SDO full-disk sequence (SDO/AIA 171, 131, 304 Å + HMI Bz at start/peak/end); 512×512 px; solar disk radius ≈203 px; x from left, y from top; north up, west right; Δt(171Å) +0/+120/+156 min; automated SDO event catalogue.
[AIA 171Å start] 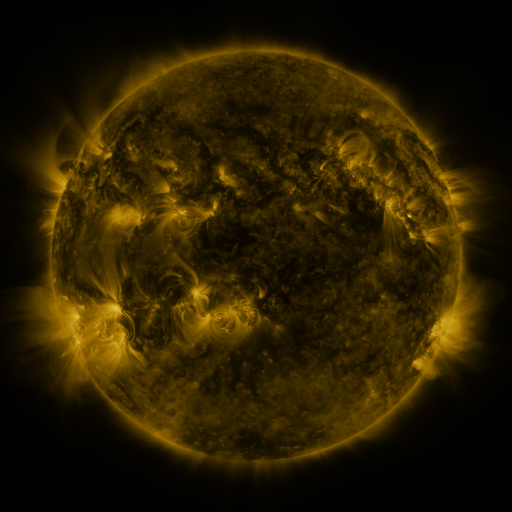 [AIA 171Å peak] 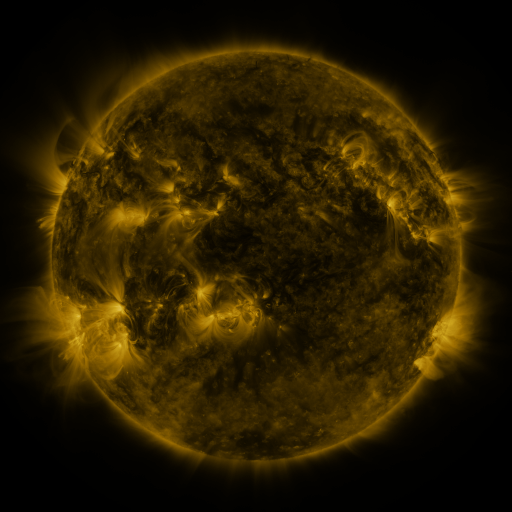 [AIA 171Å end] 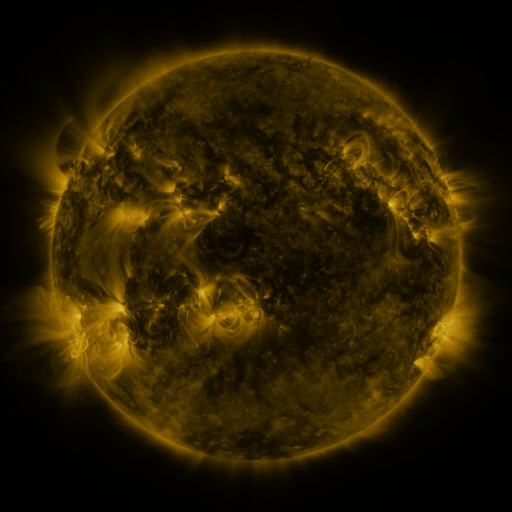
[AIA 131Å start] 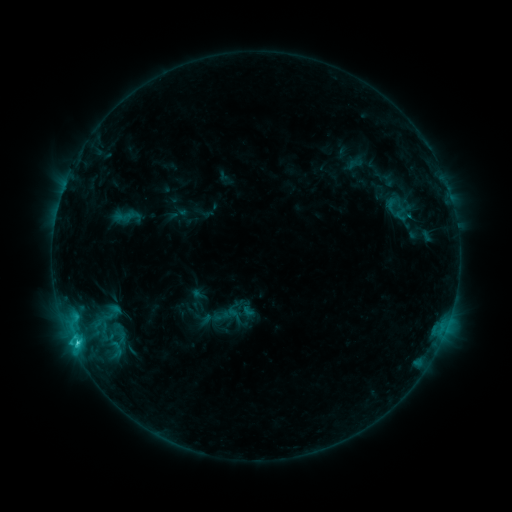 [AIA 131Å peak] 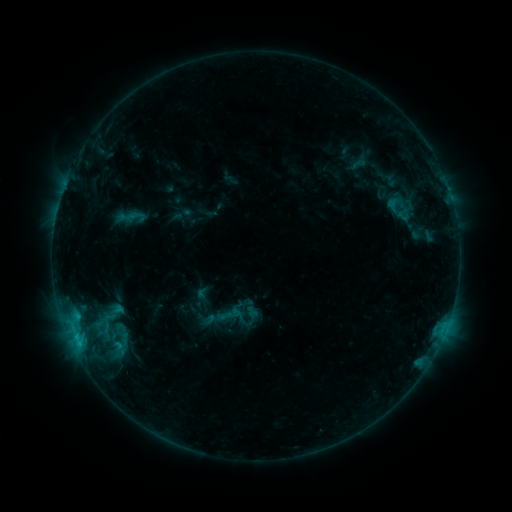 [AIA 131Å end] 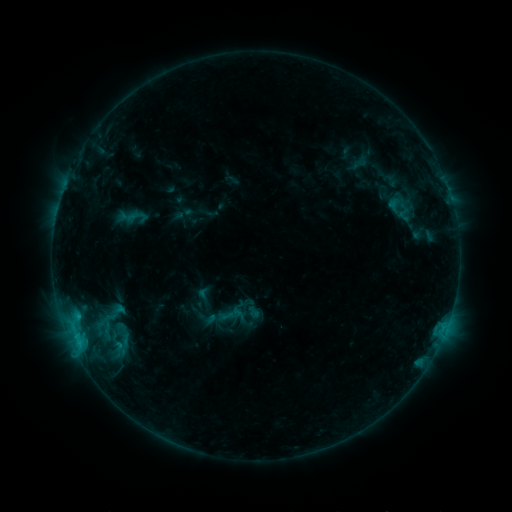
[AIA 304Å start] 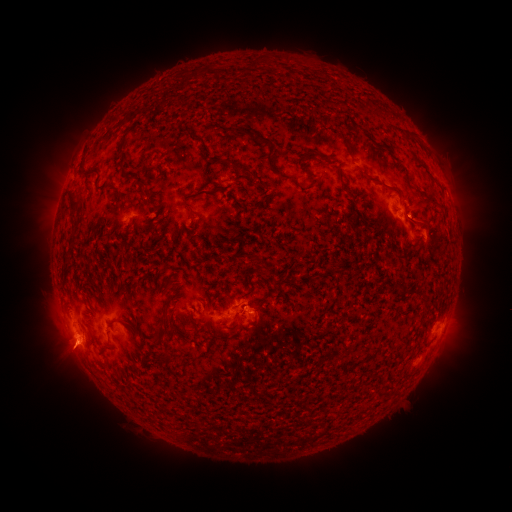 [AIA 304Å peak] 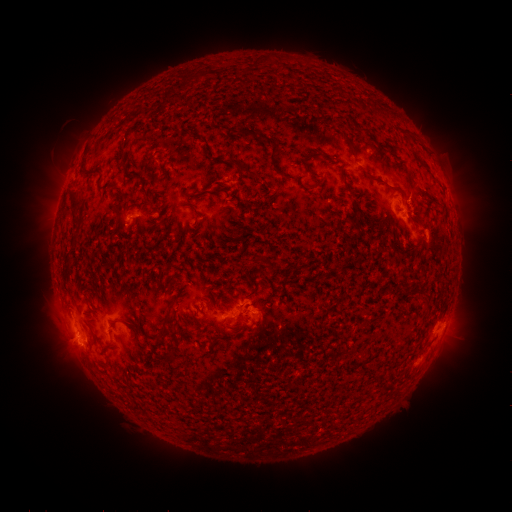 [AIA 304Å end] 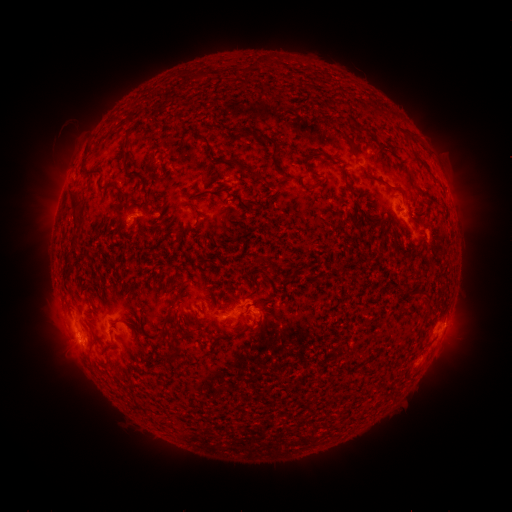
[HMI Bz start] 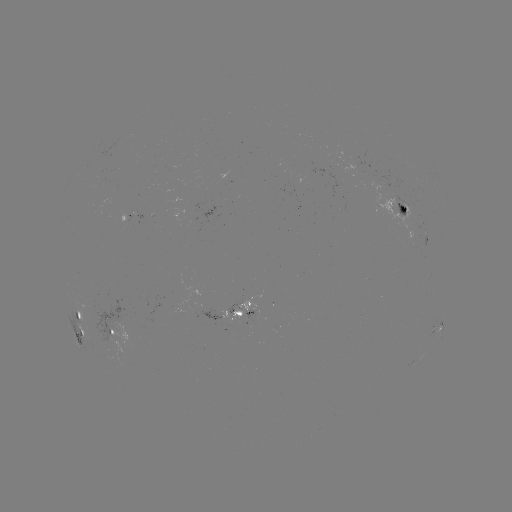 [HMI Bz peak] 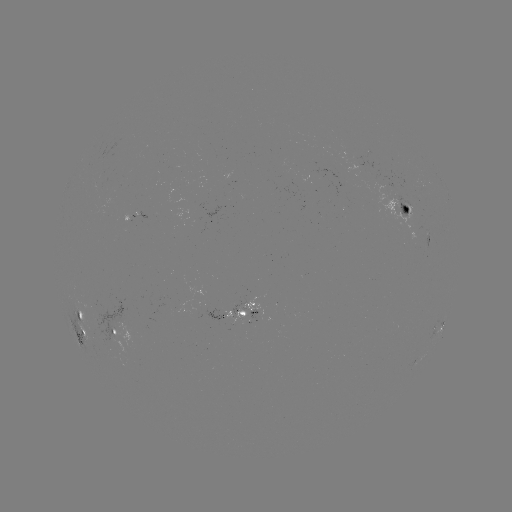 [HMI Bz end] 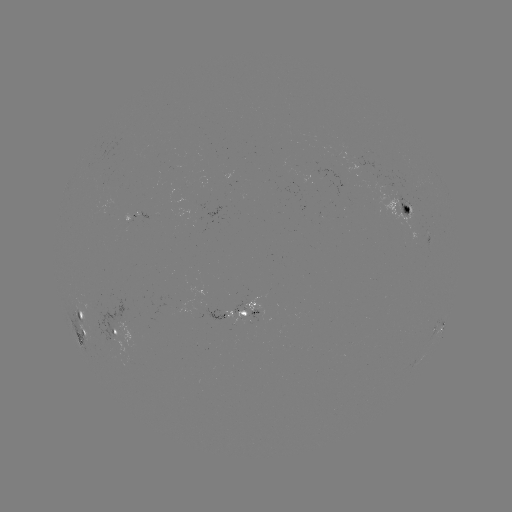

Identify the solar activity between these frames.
emerging-flux region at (388, 192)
